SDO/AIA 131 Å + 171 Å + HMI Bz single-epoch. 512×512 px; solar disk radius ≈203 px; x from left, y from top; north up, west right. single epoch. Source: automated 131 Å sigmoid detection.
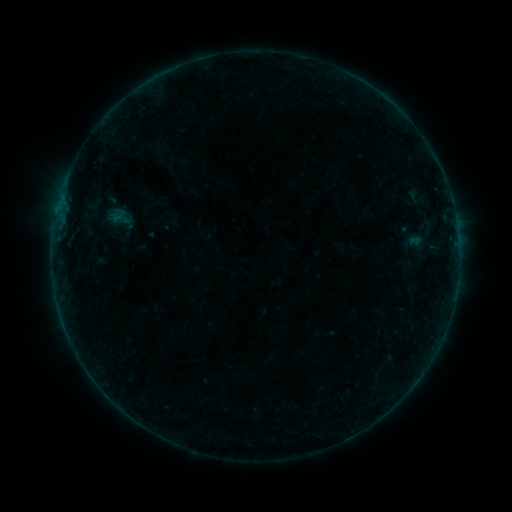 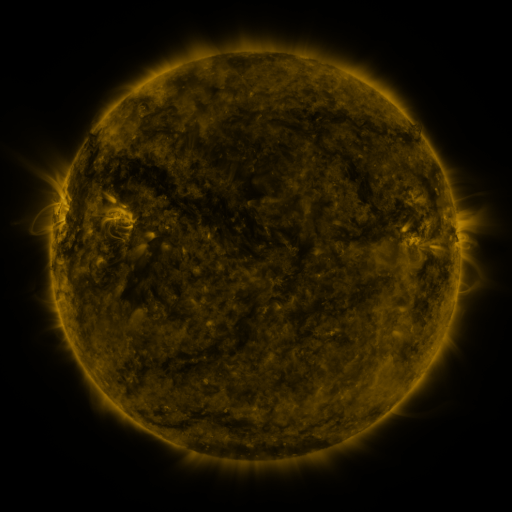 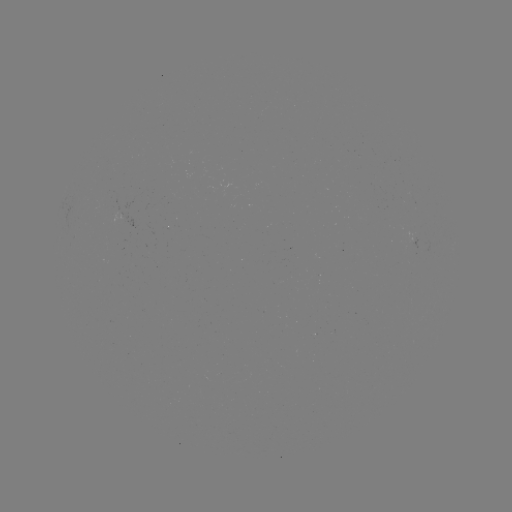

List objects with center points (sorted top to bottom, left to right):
sigmoid: (110, 206, 127, 224)
